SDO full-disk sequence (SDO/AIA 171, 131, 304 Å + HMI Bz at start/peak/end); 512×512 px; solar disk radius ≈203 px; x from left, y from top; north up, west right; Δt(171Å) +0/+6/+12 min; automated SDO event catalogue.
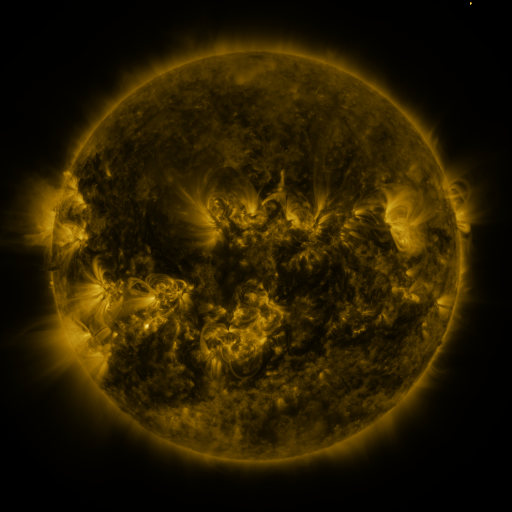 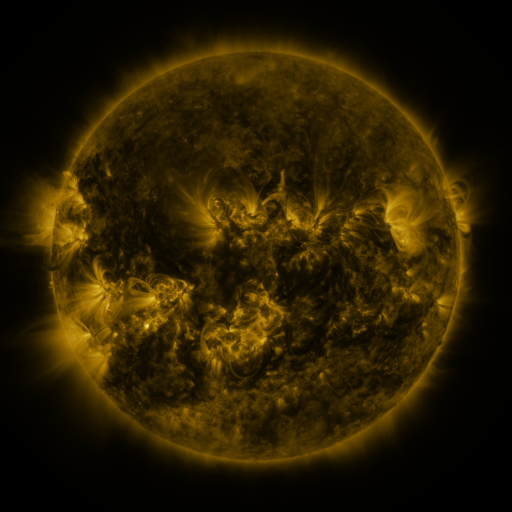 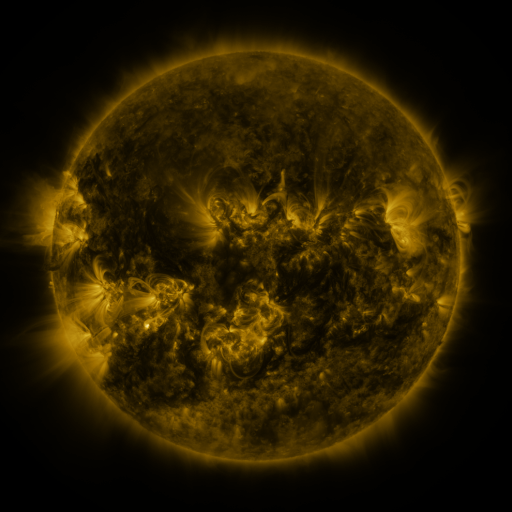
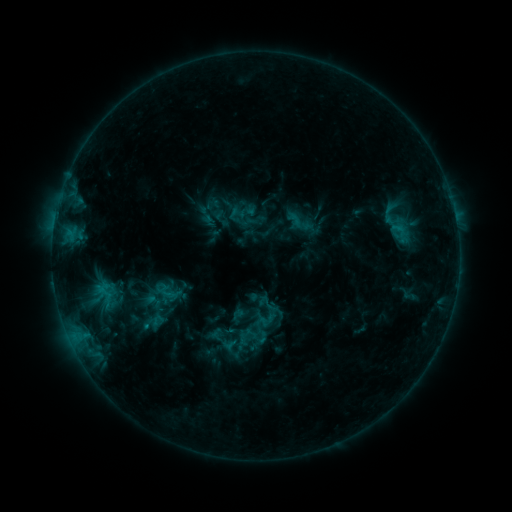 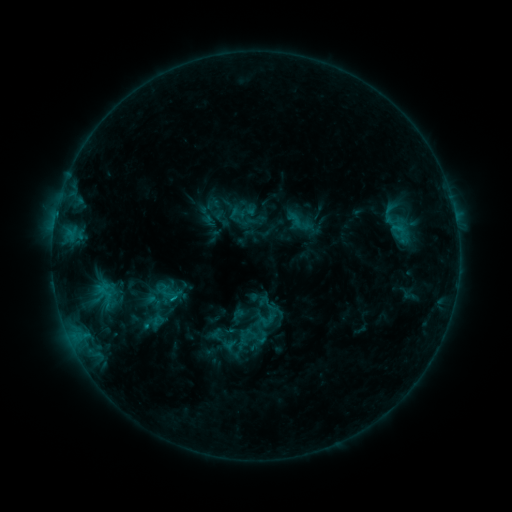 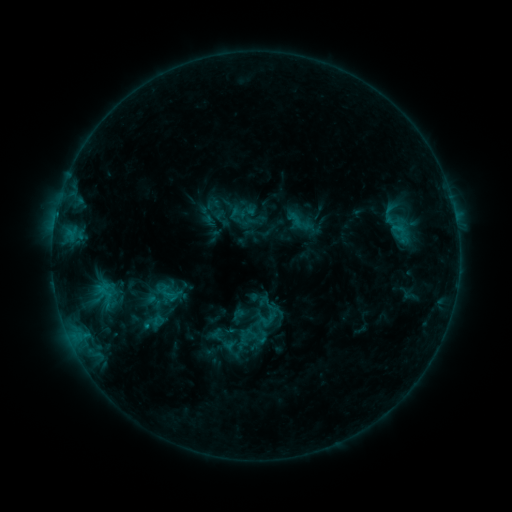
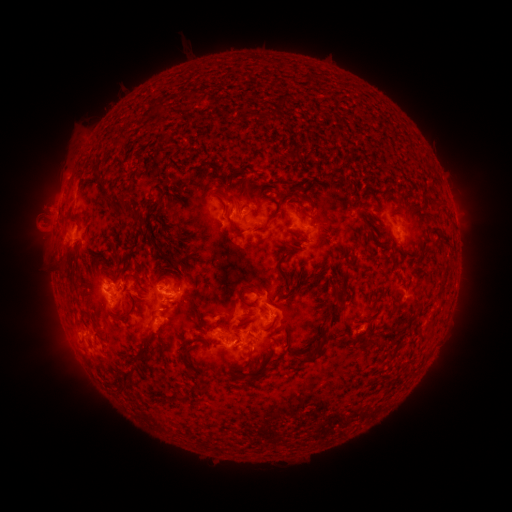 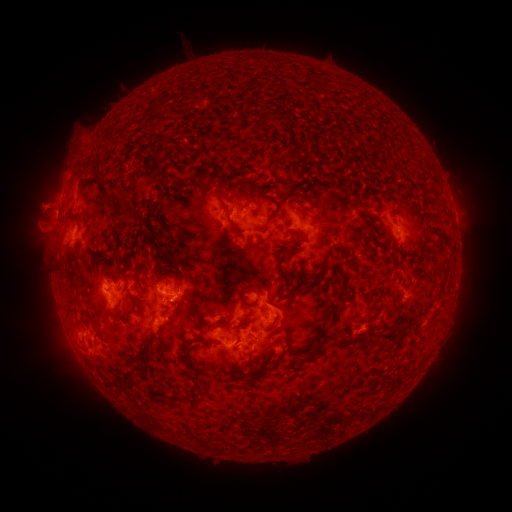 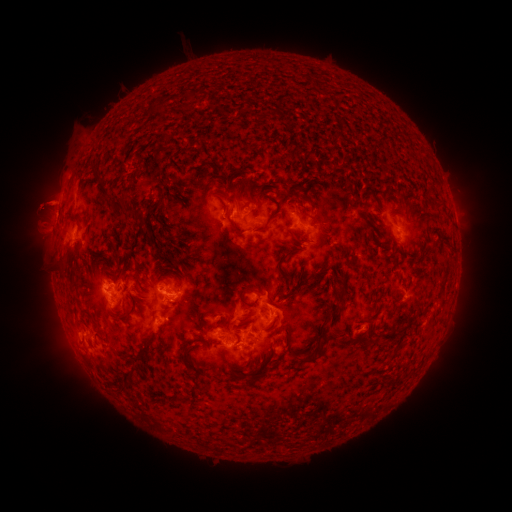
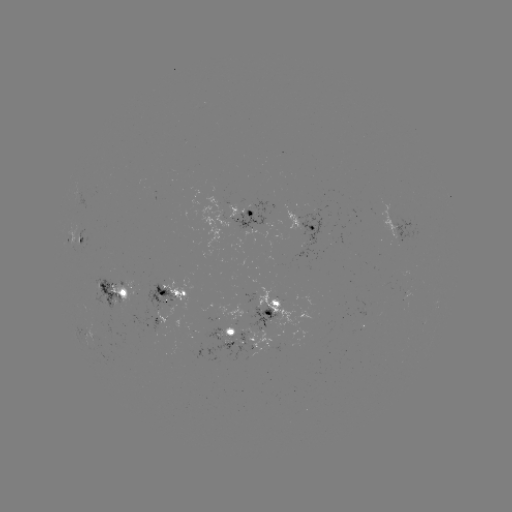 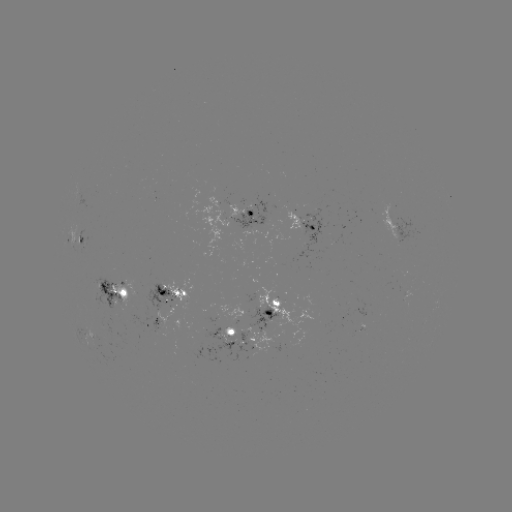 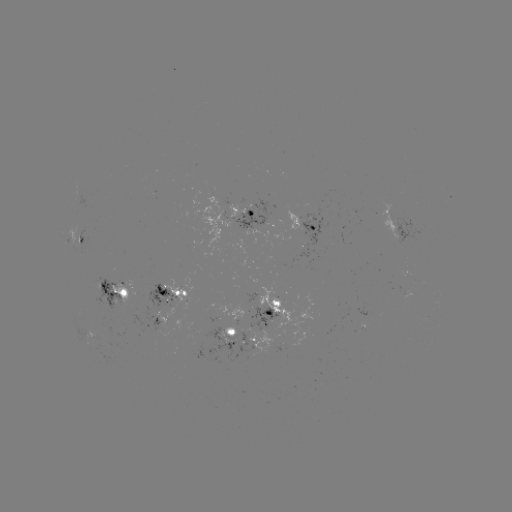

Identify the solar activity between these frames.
eruption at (41, 206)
